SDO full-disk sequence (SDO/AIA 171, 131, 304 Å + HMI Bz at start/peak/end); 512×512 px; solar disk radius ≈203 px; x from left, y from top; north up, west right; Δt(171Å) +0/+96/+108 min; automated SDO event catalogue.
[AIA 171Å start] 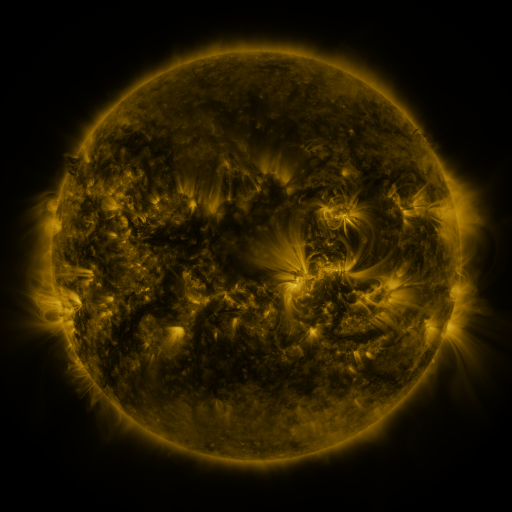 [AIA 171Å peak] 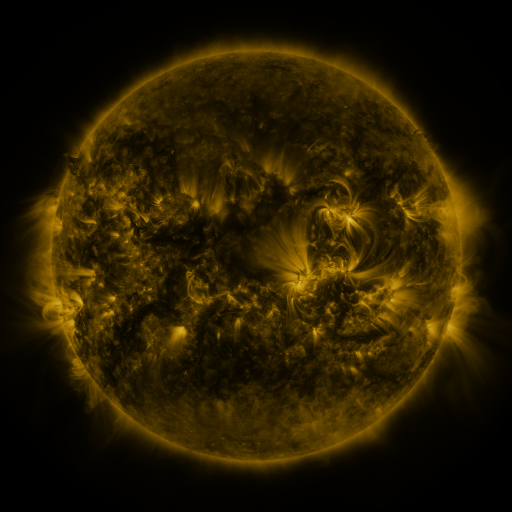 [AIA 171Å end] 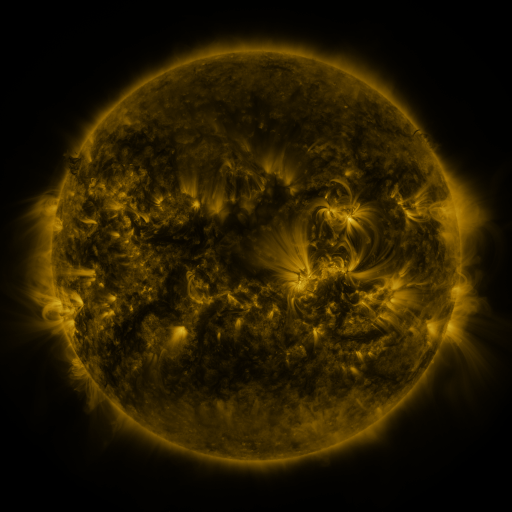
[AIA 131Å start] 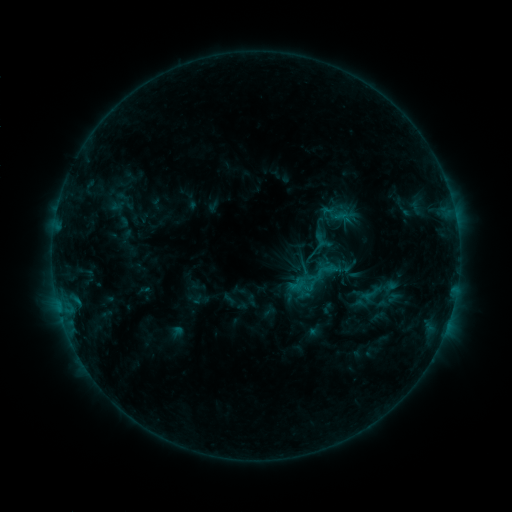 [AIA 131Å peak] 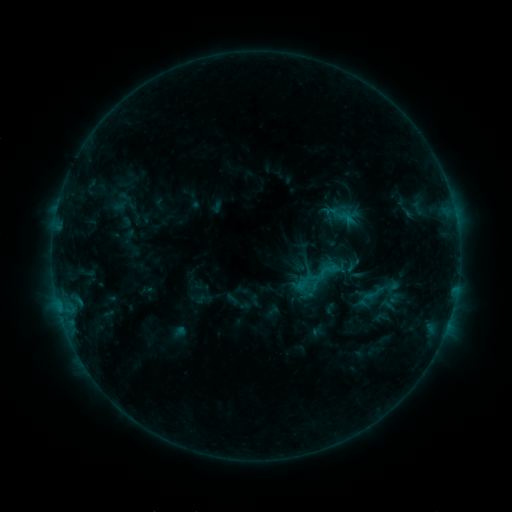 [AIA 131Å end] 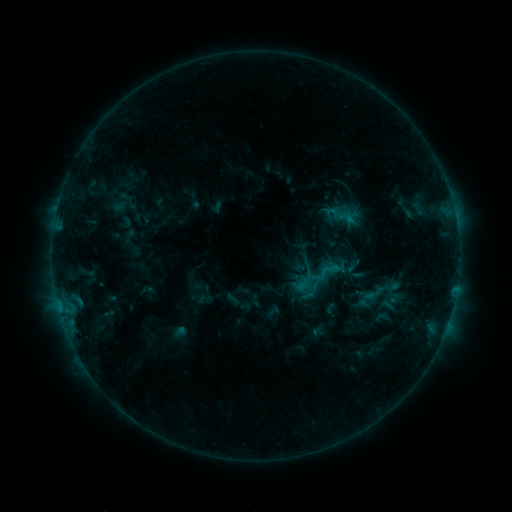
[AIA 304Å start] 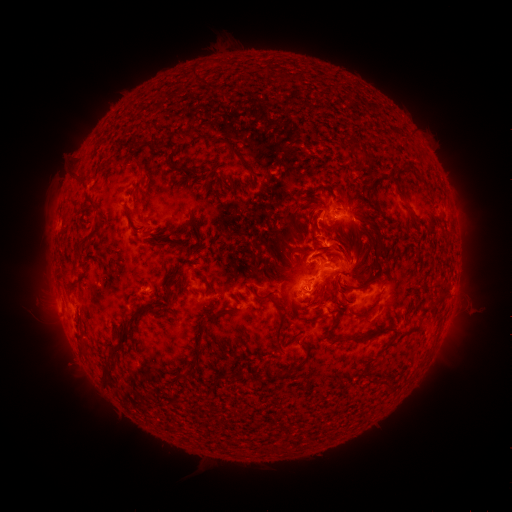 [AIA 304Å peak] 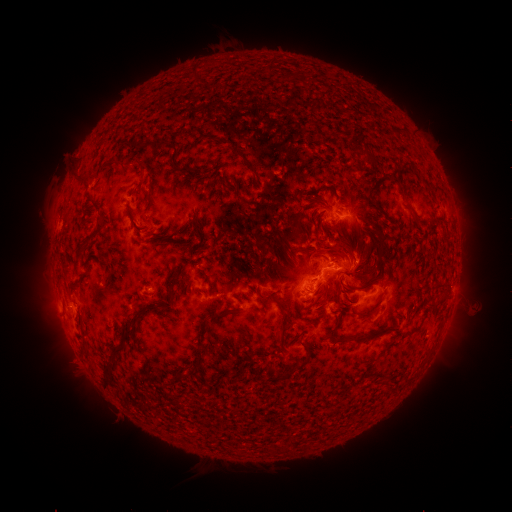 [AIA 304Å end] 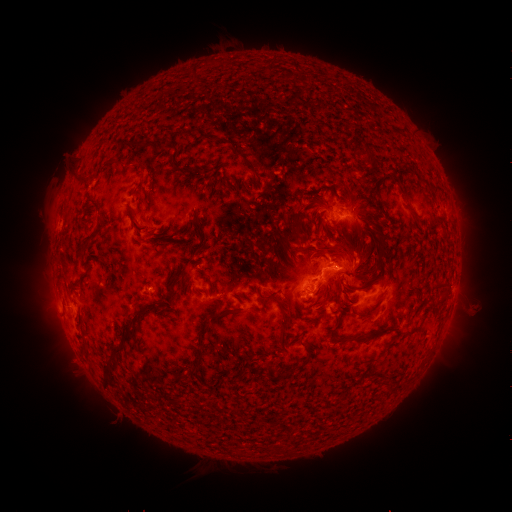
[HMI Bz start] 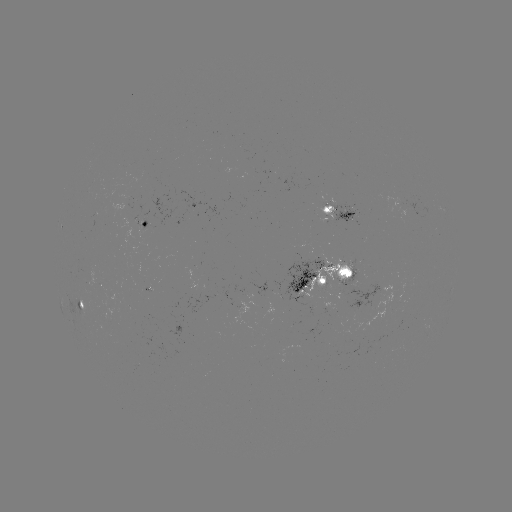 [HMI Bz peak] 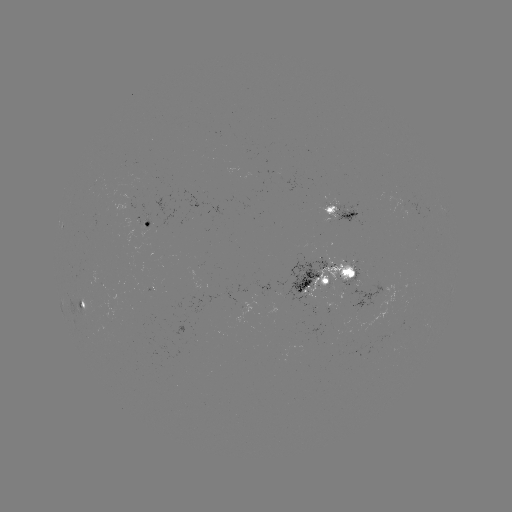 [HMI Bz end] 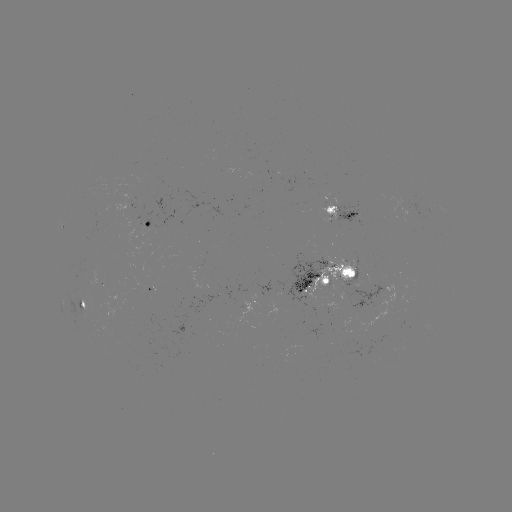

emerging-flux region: <bbox>324, 200, 339, 207</bbox>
